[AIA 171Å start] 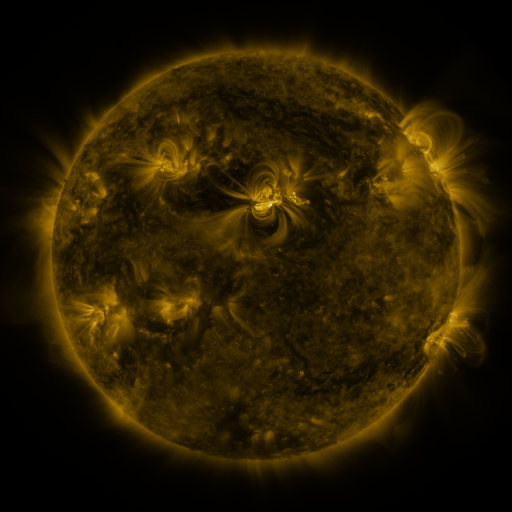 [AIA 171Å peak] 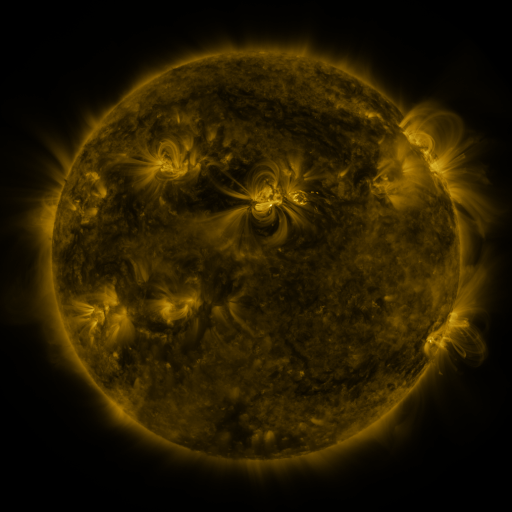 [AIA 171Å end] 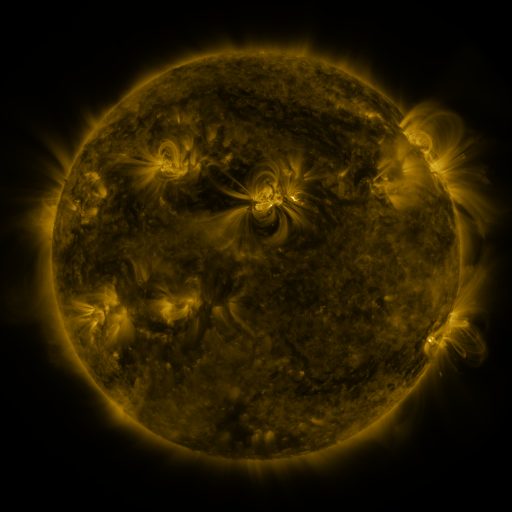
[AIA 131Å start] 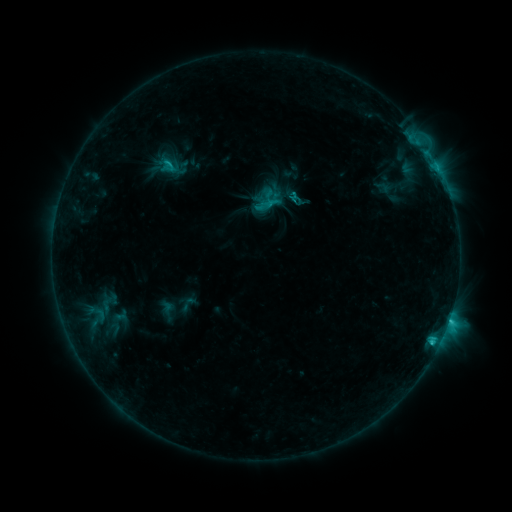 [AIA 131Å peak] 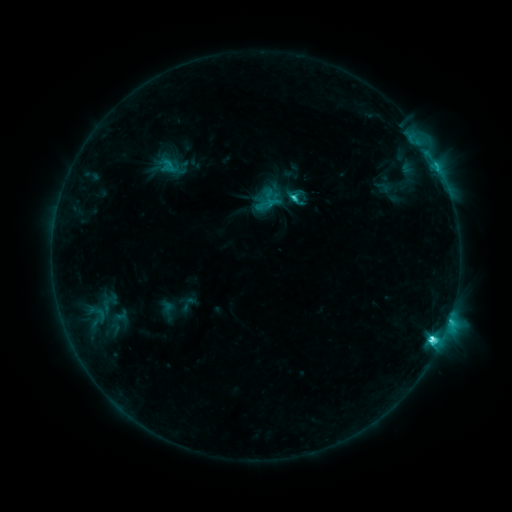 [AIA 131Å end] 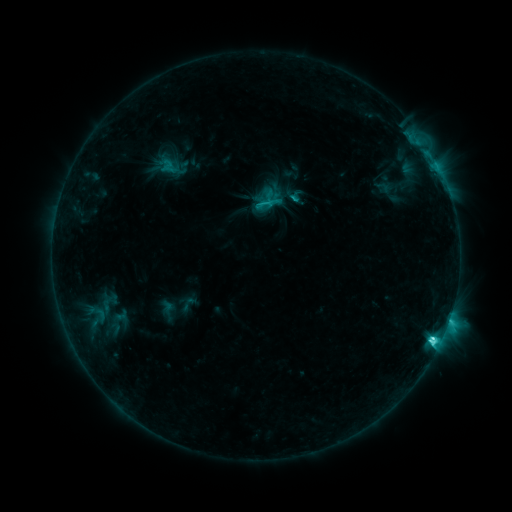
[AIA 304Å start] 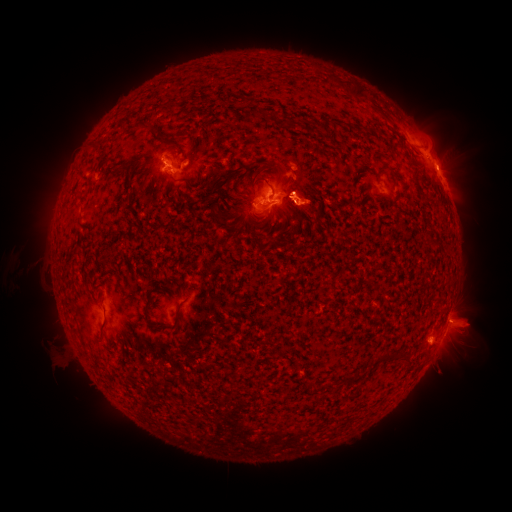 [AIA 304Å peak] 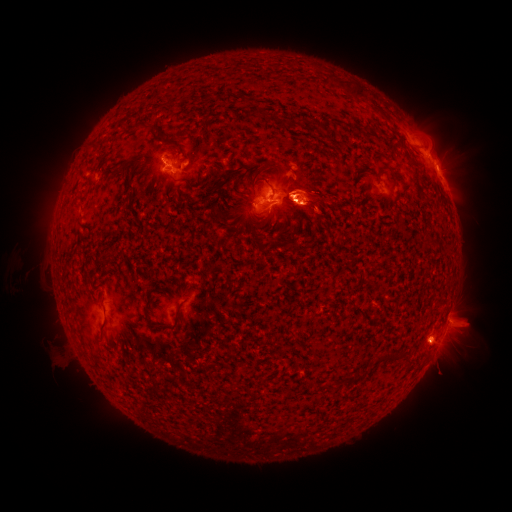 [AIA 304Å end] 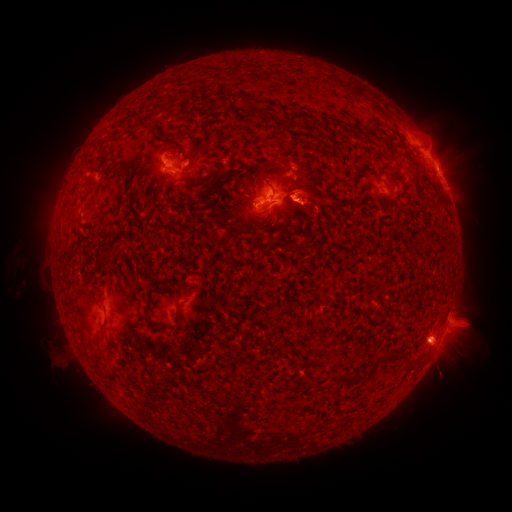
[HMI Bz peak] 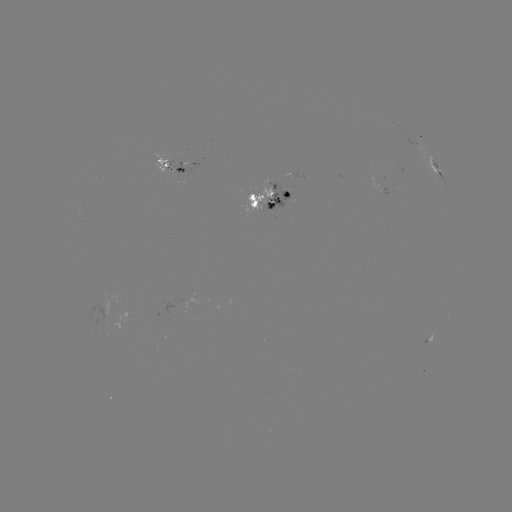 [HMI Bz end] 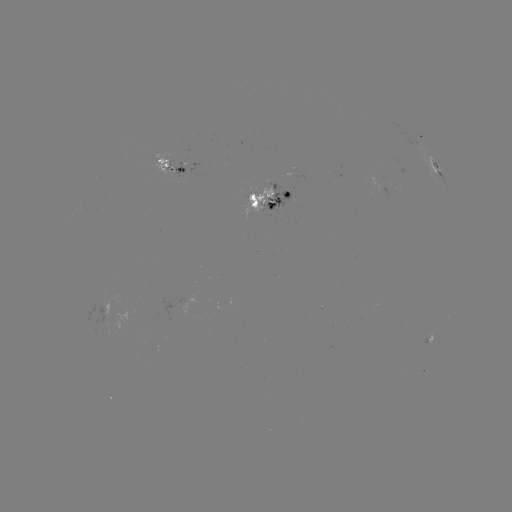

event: eruption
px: (451, 357)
